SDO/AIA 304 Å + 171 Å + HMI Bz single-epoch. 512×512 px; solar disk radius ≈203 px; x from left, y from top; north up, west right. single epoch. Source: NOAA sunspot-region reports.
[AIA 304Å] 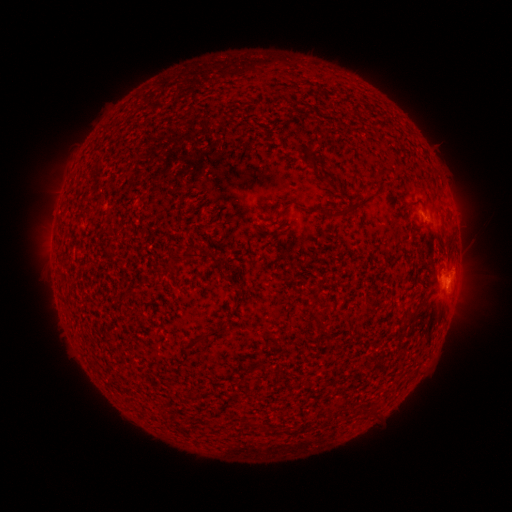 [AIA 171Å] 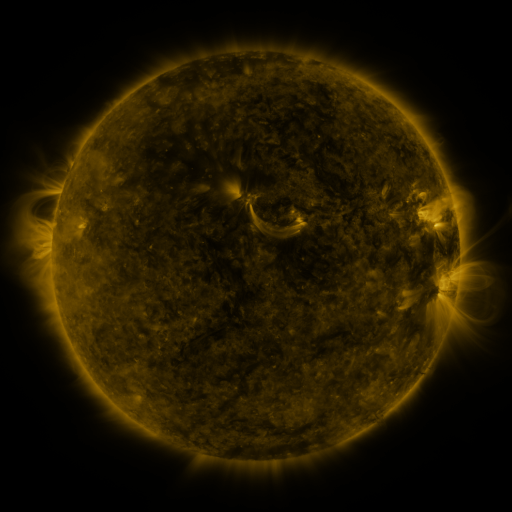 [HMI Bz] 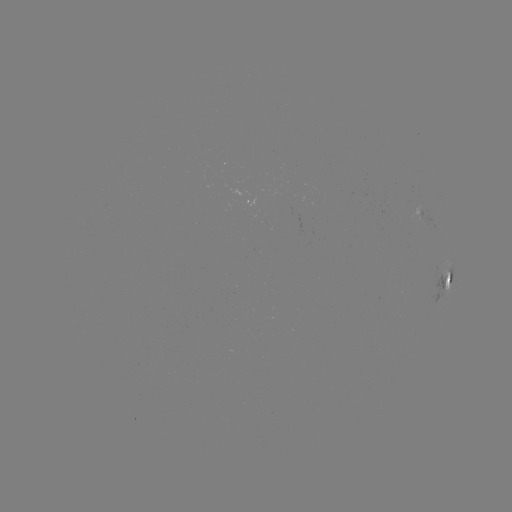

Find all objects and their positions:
spotted active region: (419, 212)
spotted active region: (446, 282)
